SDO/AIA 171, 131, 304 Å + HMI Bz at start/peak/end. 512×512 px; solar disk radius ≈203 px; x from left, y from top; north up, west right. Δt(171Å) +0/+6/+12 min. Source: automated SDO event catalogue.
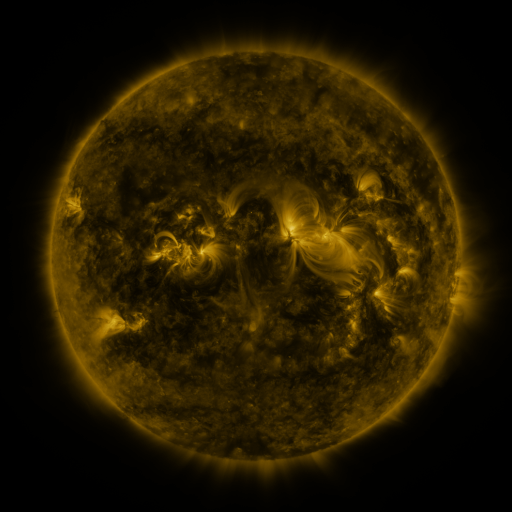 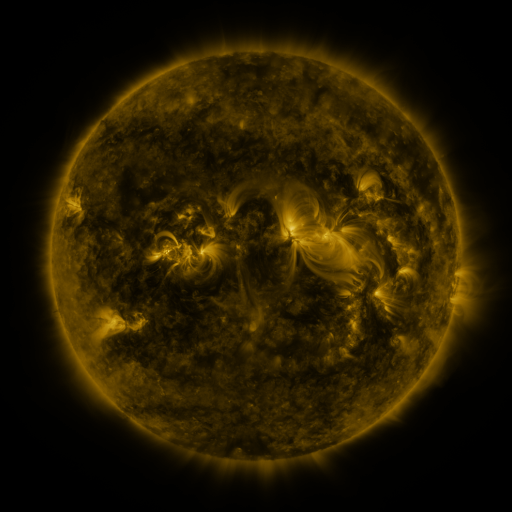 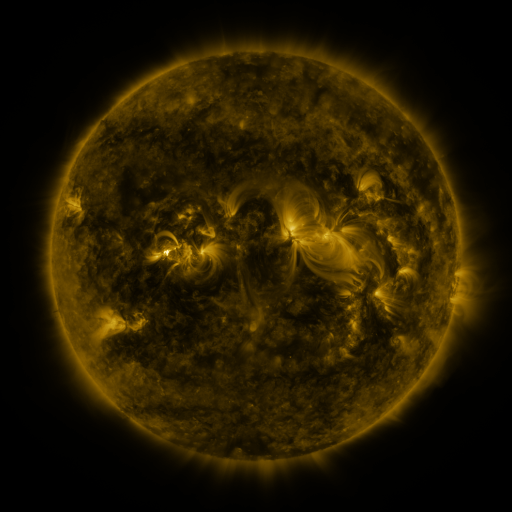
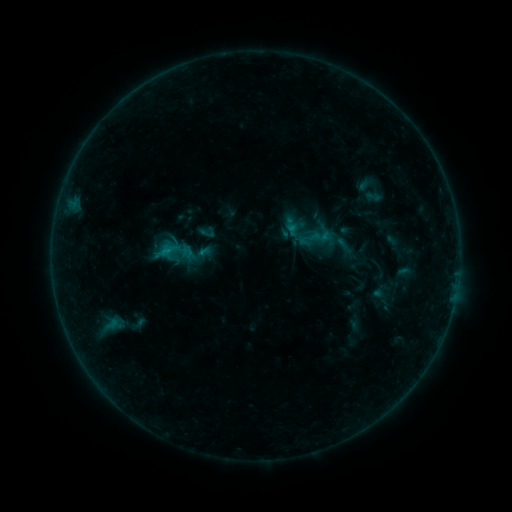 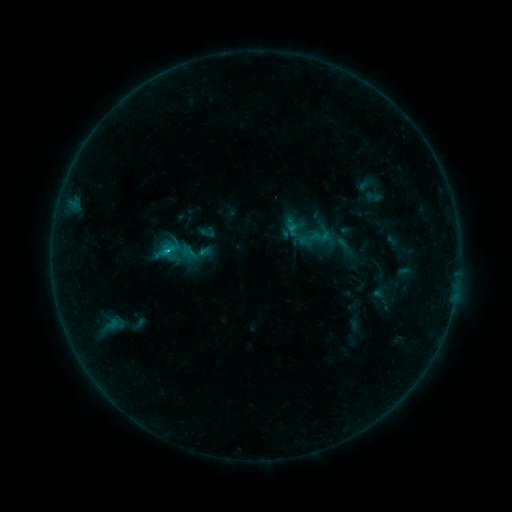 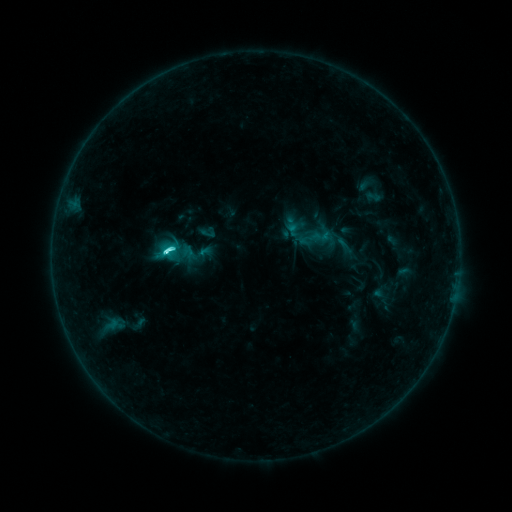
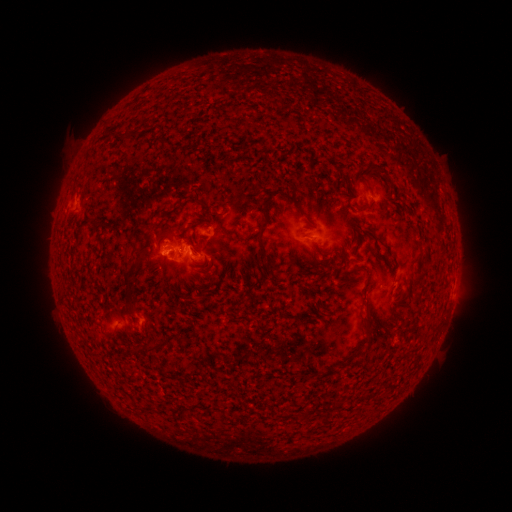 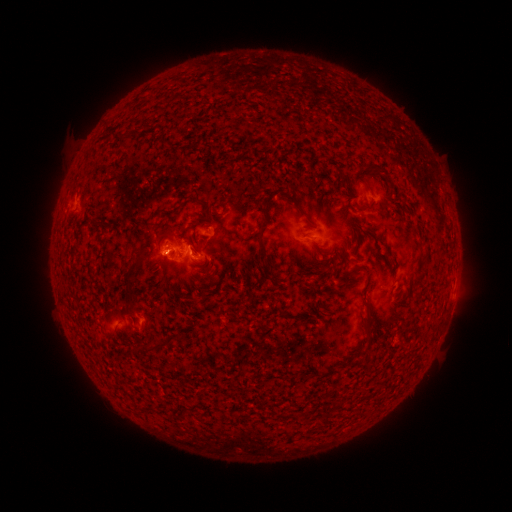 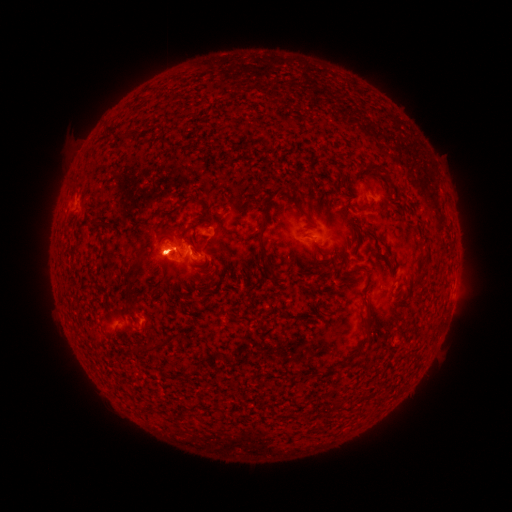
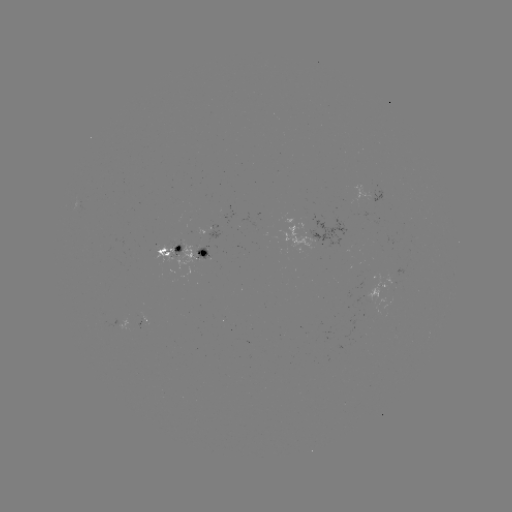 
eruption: <bbox>127, 218, 186, 291</bbox>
